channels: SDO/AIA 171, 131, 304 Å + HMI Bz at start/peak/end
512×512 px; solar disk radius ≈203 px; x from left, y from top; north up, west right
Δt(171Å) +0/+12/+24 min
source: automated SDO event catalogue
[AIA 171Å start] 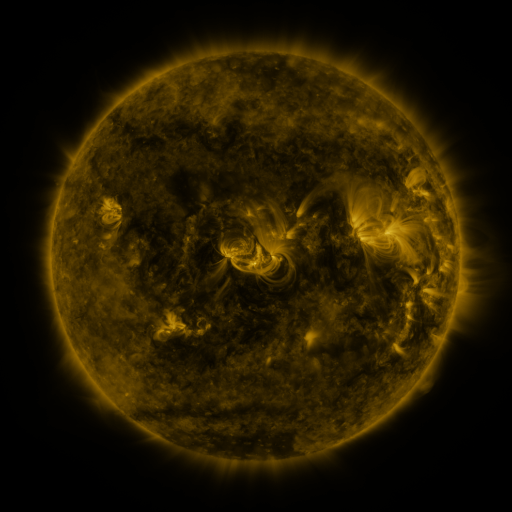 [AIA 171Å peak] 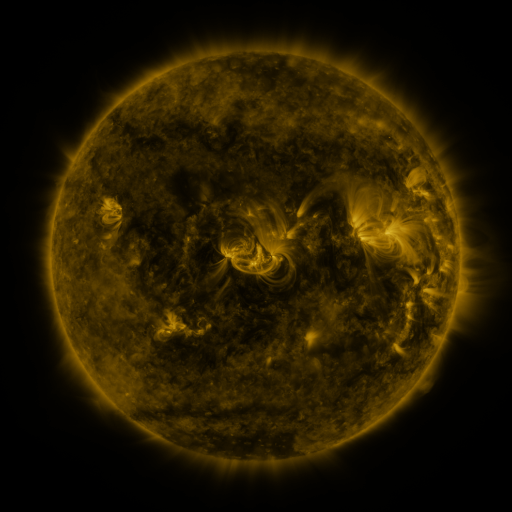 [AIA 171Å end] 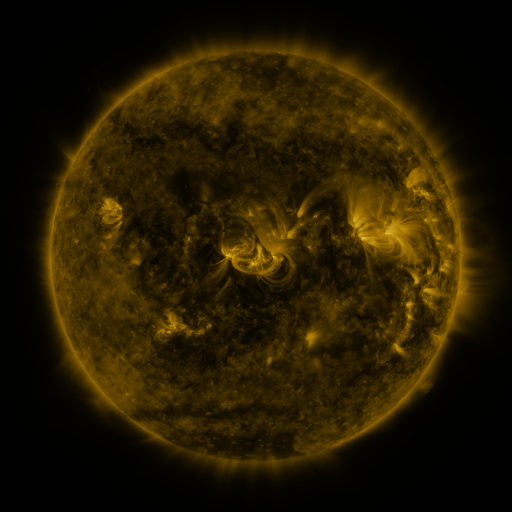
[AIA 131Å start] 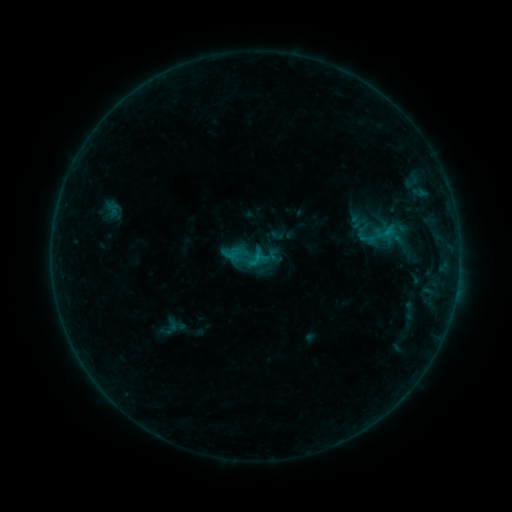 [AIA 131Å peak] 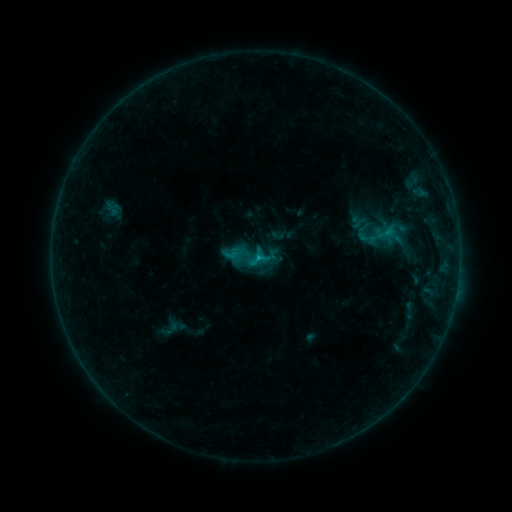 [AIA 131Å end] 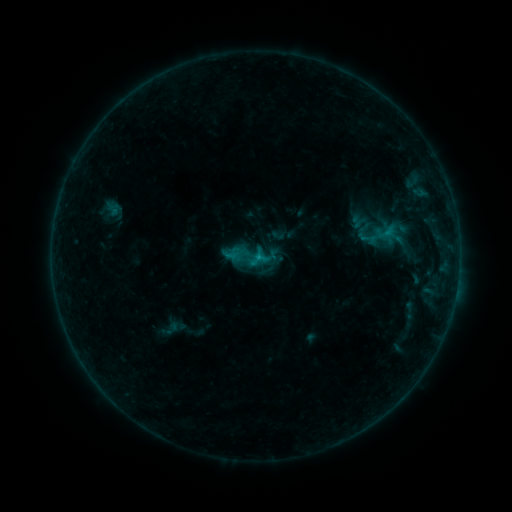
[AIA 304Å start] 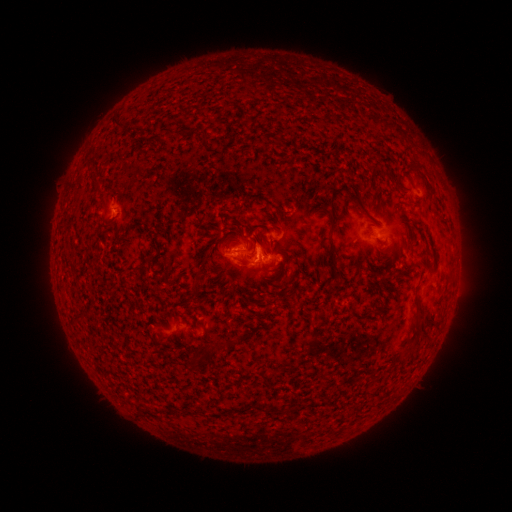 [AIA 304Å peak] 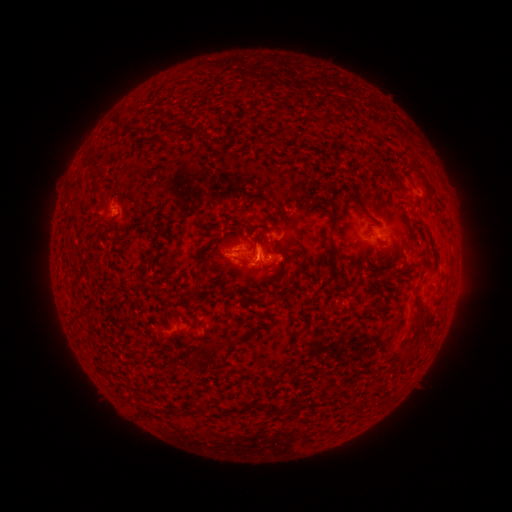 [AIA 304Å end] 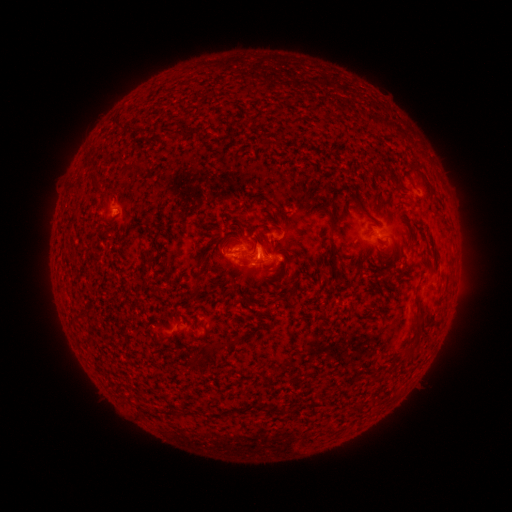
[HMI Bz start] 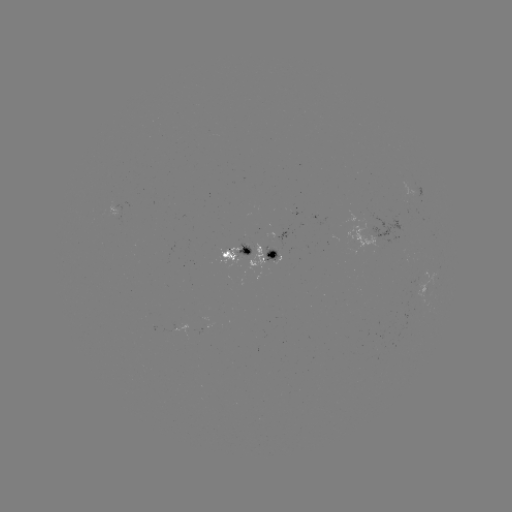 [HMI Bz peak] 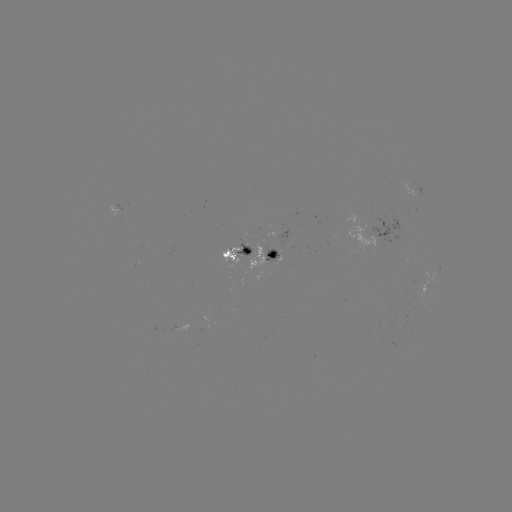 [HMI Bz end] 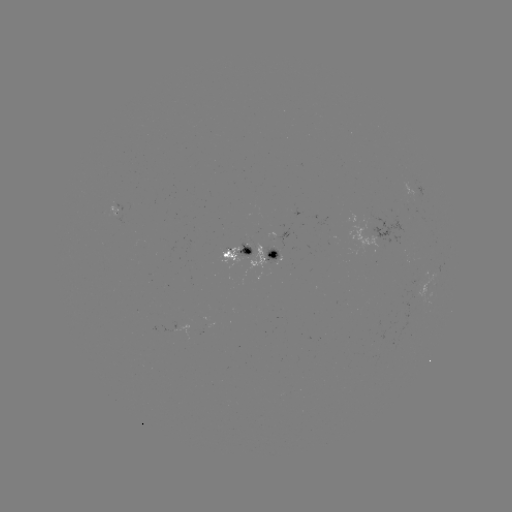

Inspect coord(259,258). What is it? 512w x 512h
B8.4 flare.